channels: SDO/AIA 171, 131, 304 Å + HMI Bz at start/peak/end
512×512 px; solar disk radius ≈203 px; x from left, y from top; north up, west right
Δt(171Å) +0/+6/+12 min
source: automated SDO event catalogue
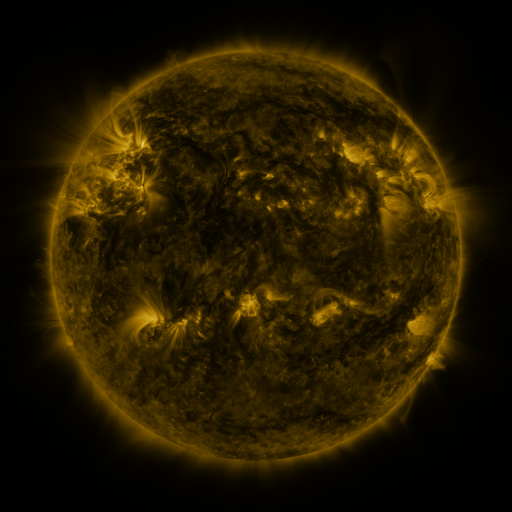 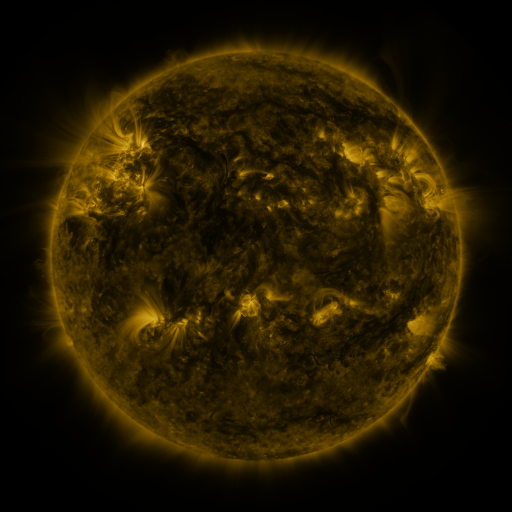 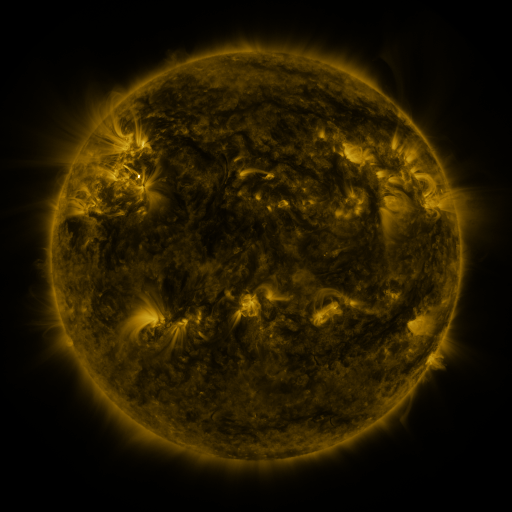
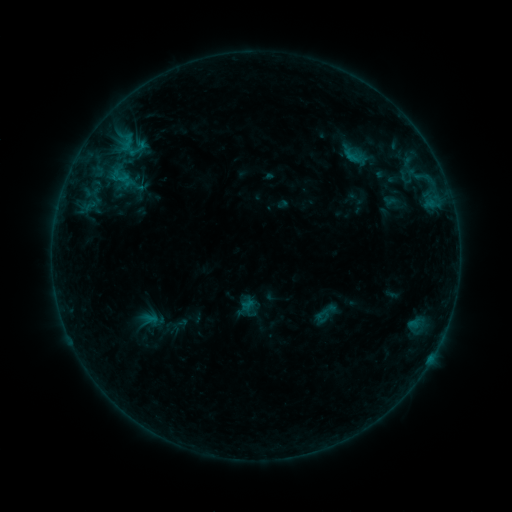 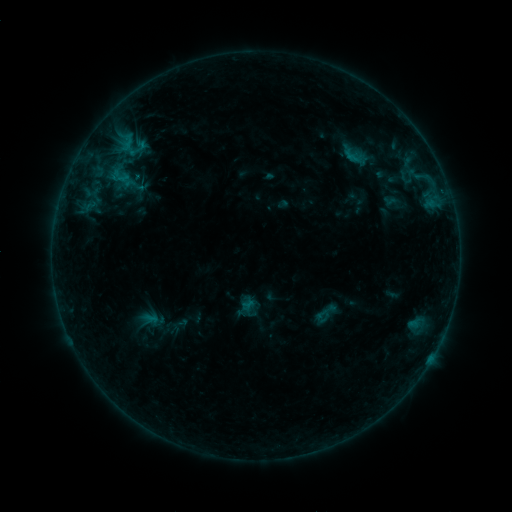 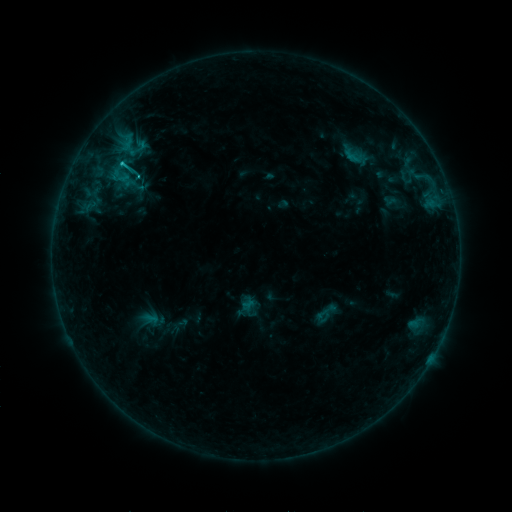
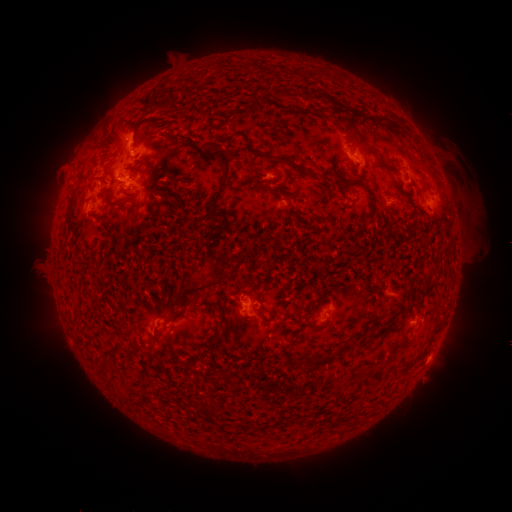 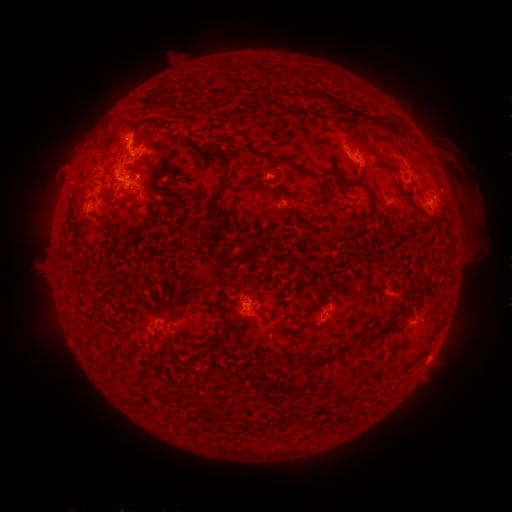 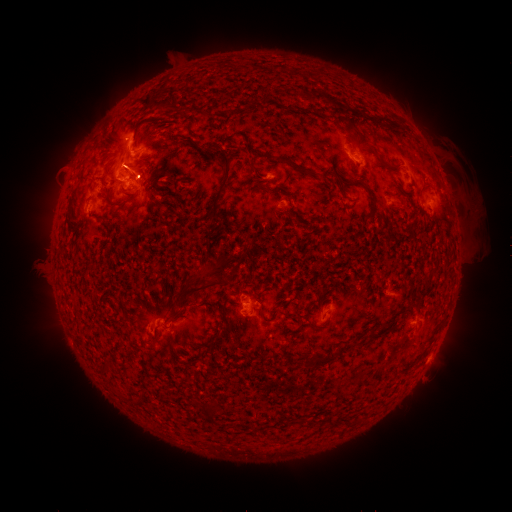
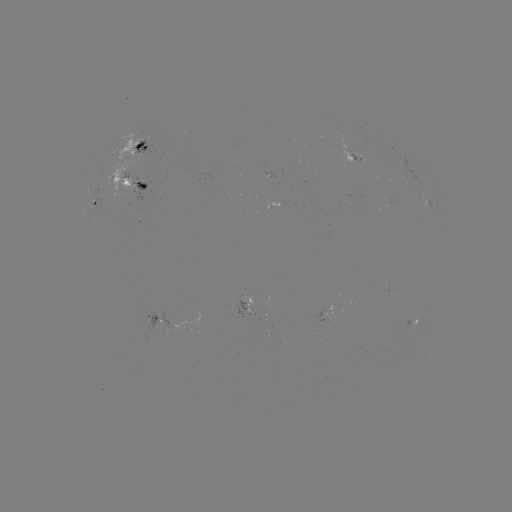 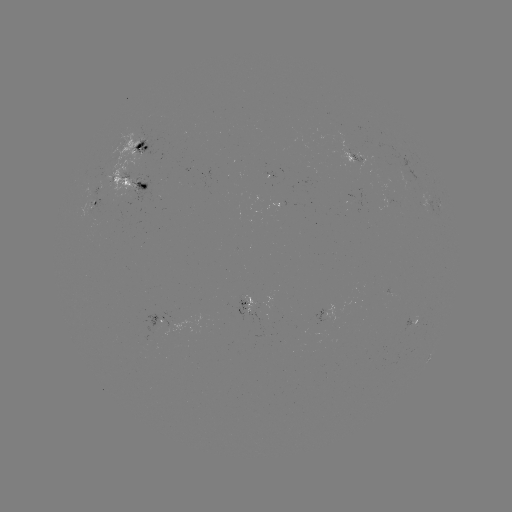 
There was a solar flare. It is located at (139, 177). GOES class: C1.0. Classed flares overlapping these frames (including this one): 1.